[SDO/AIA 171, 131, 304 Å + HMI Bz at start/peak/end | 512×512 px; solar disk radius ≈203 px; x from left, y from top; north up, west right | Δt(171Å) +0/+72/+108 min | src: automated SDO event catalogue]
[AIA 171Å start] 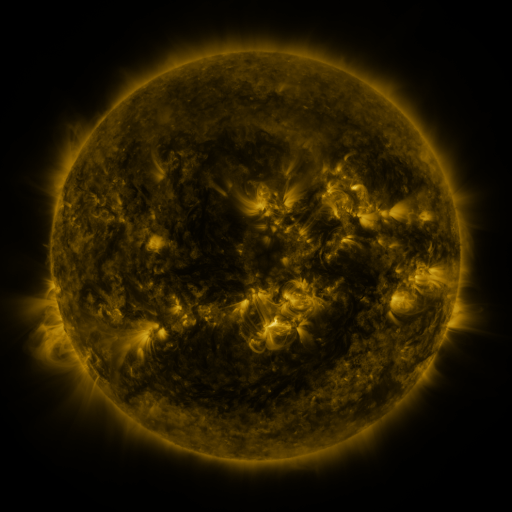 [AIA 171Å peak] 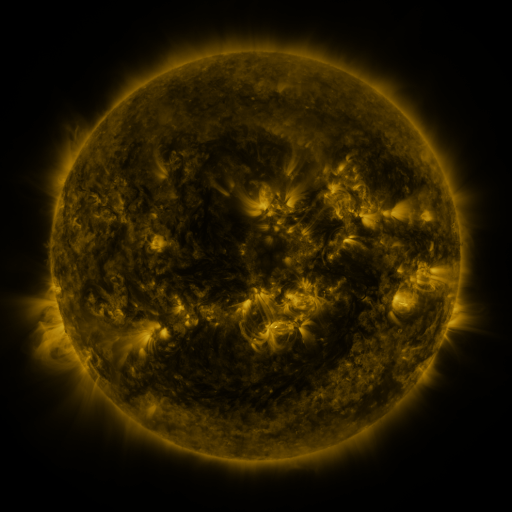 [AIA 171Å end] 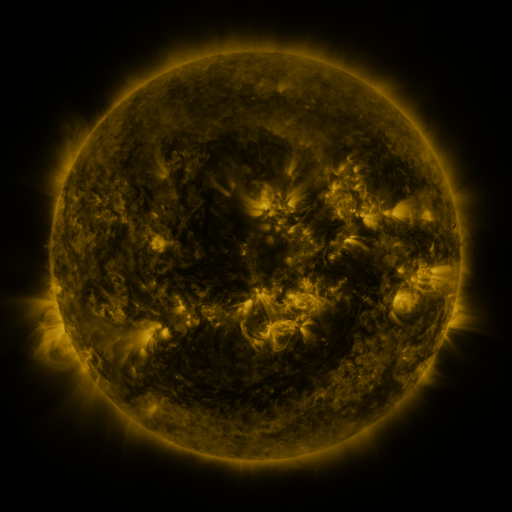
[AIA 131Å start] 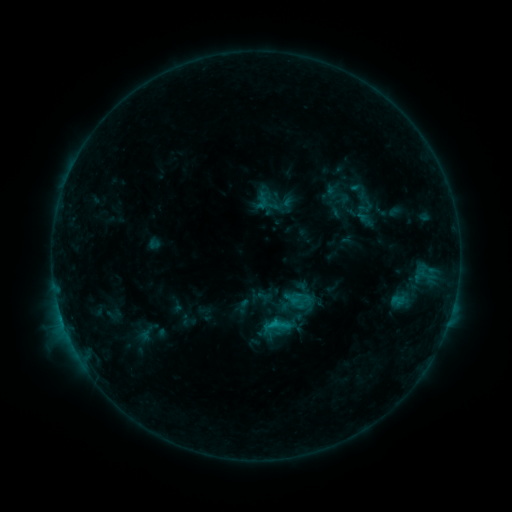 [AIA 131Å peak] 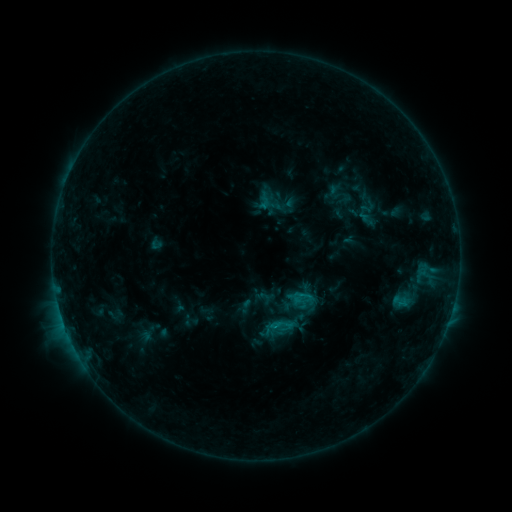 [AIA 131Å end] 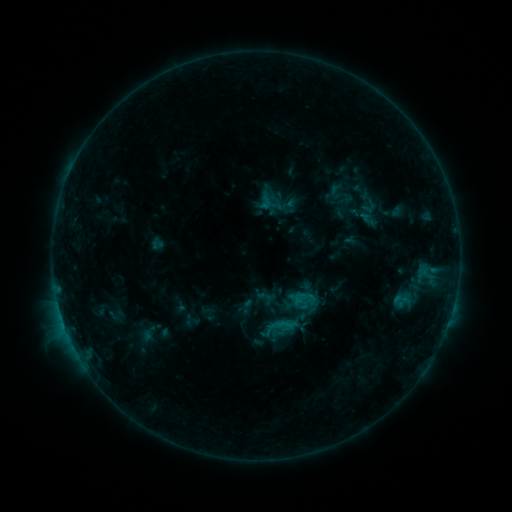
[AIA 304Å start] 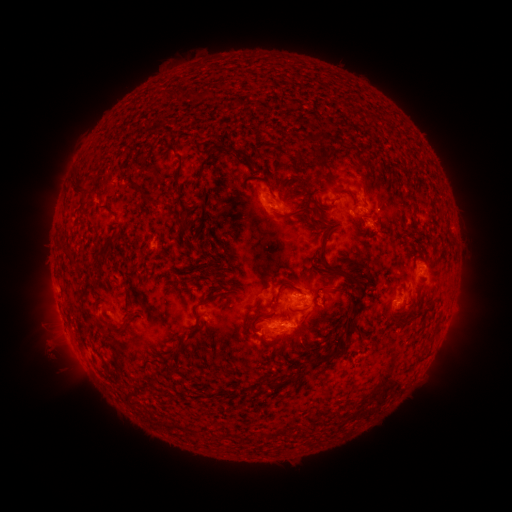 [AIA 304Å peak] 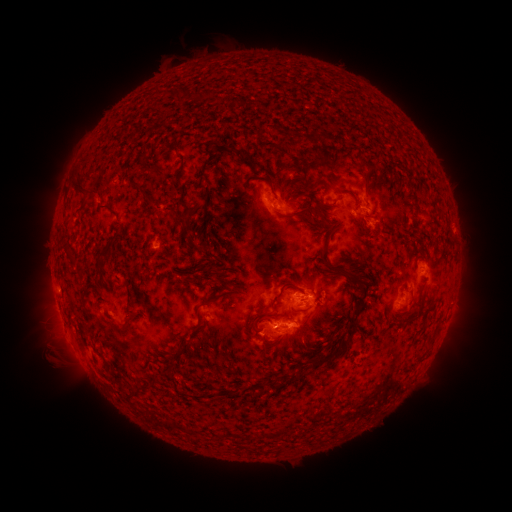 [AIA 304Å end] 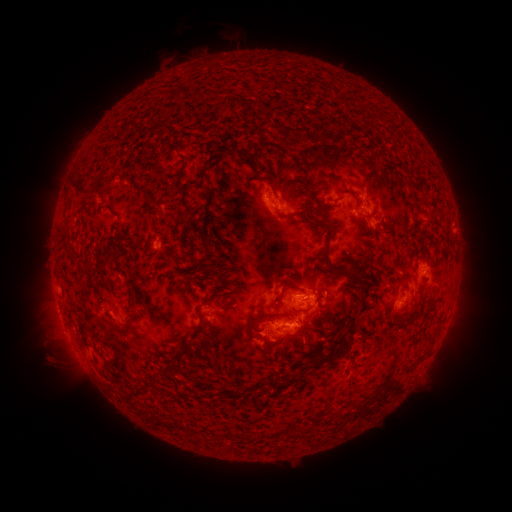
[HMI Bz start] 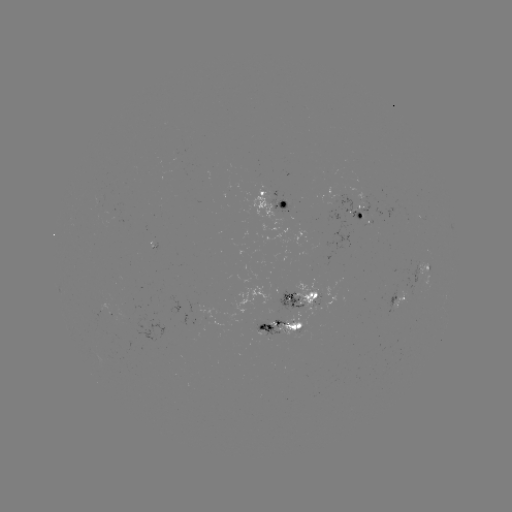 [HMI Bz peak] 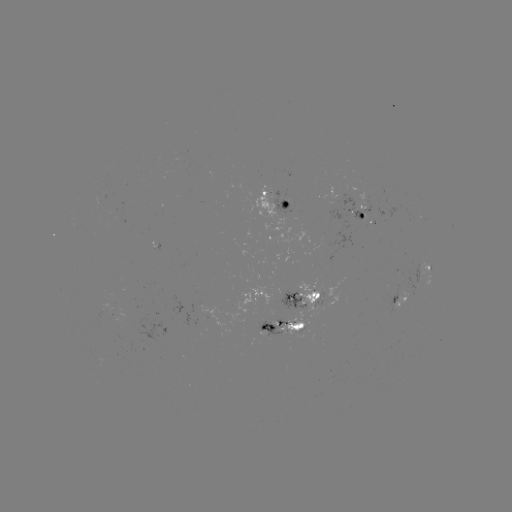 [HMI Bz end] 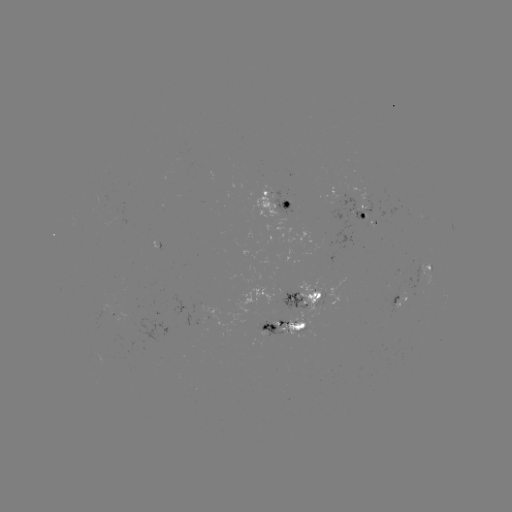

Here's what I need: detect emerging-flux region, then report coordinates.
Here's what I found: emerging-flux region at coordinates [282, 291].